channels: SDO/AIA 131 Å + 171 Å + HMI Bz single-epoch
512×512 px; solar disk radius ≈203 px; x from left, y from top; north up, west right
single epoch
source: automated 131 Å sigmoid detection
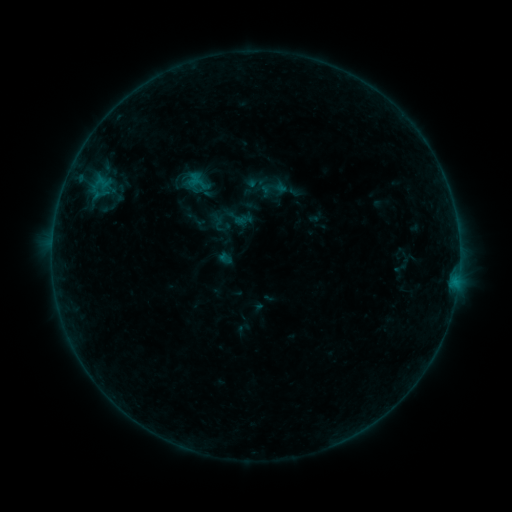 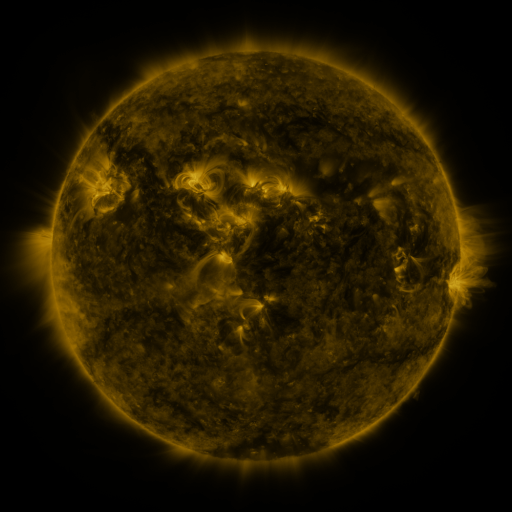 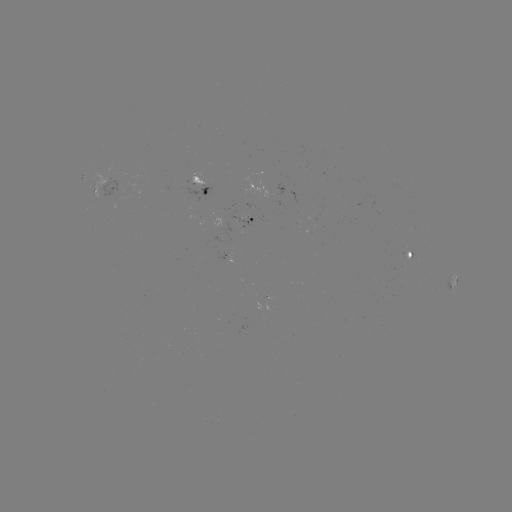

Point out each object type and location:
sigmoid: (260, 174, 291, 203)
